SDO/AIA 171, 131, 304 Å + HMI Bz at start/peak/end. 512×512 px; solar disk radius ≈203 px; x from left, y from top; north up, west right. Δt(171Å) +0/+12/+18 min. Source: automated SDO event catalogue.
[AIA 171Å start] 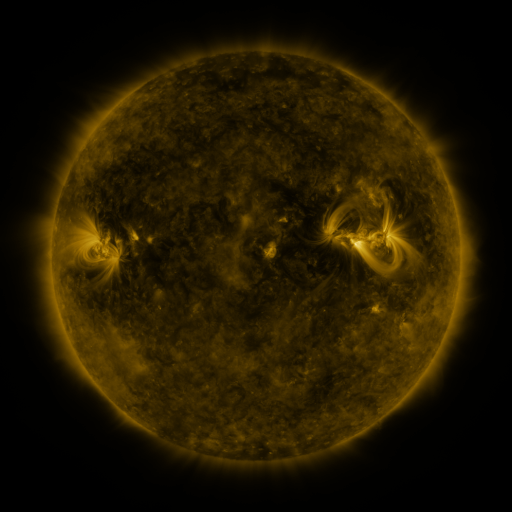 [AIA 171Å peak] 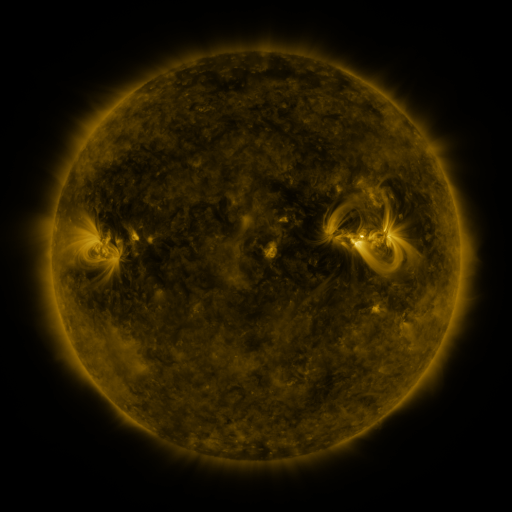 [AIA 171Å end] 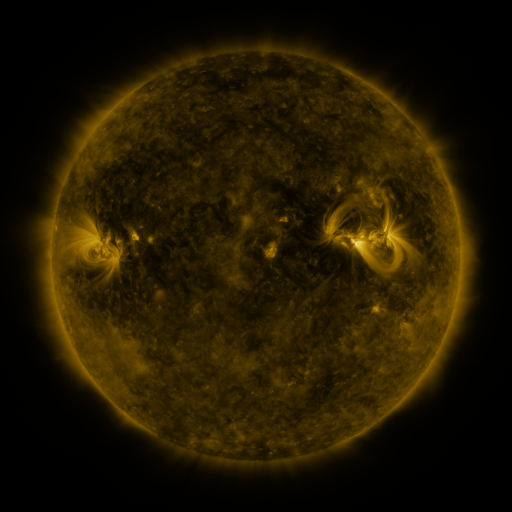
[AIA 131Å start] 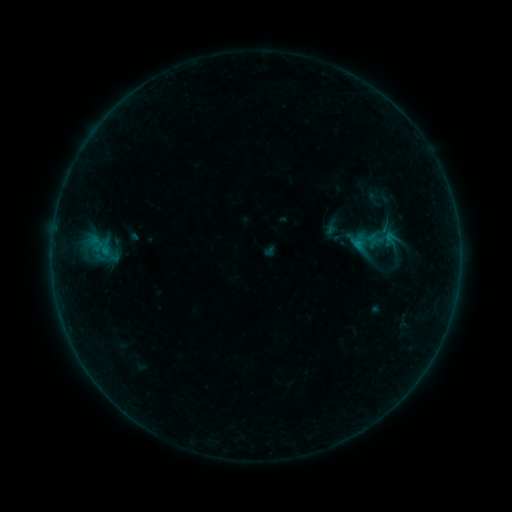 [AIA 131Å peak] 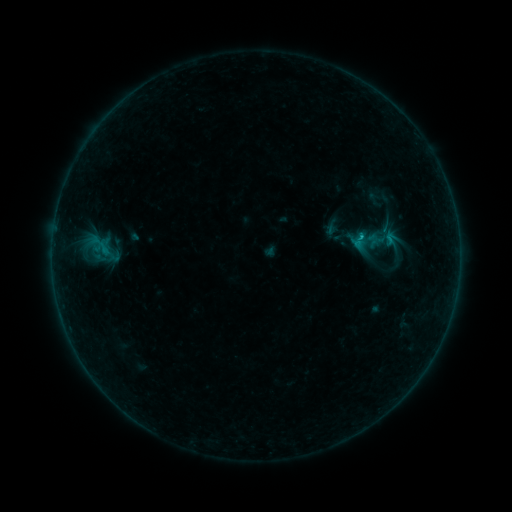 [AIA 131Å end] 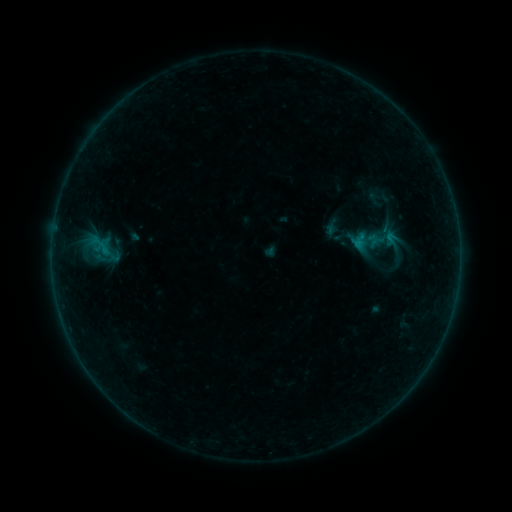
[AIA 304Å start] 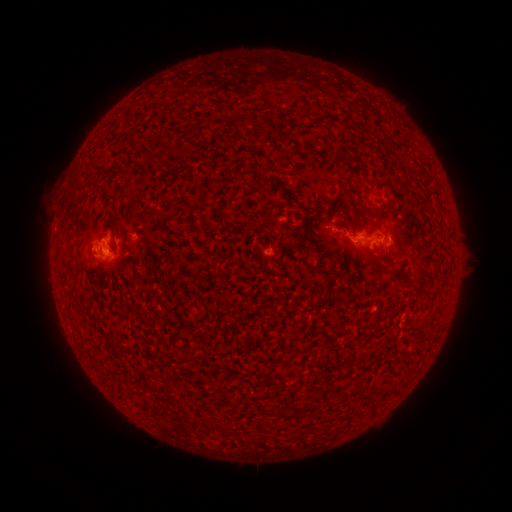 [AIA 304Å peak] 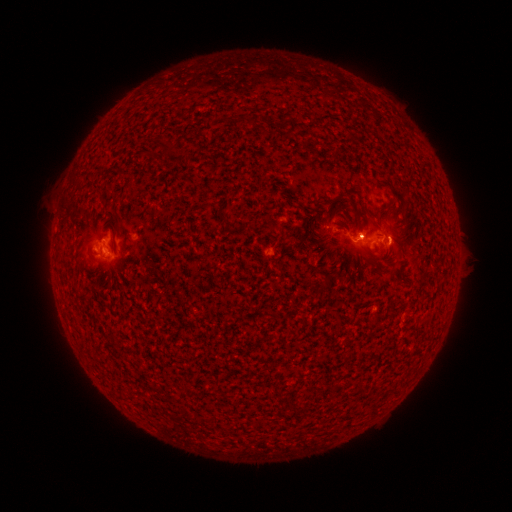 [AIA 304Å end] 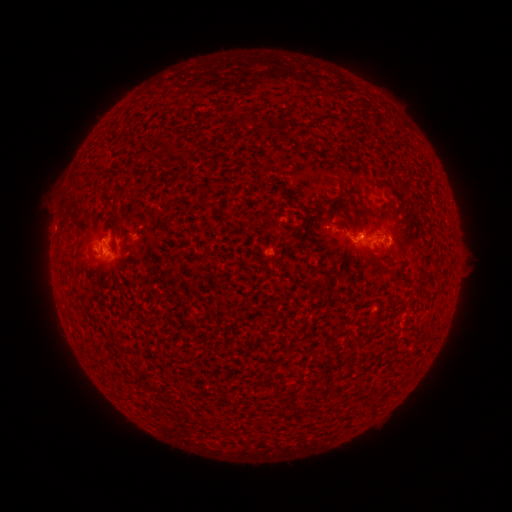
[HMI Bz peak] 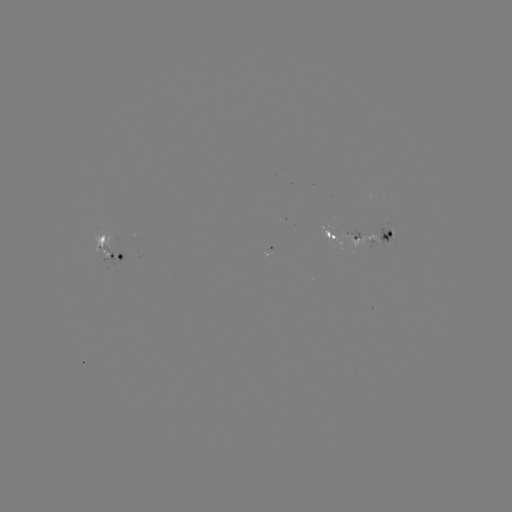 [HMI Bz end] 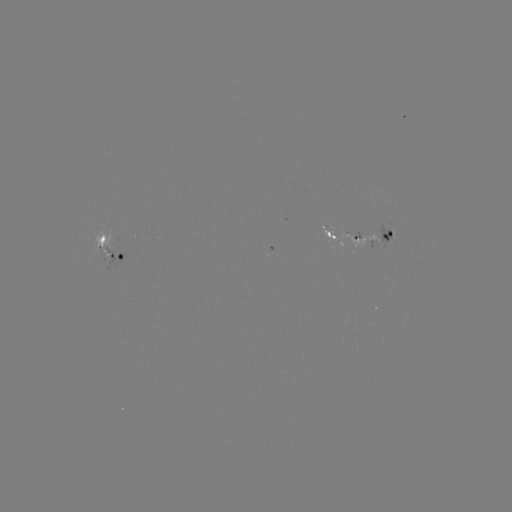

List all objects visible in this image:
B3.3 flare: (359, 238)
